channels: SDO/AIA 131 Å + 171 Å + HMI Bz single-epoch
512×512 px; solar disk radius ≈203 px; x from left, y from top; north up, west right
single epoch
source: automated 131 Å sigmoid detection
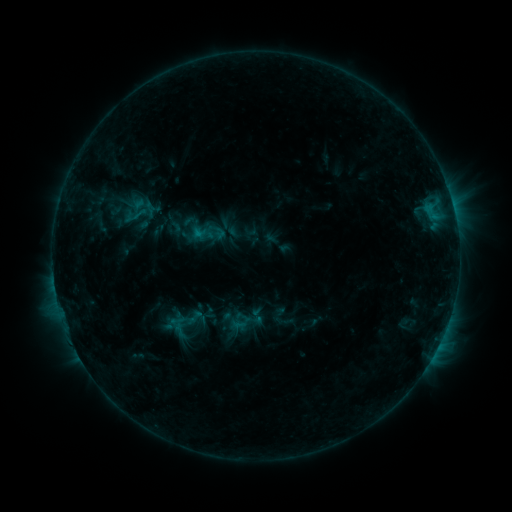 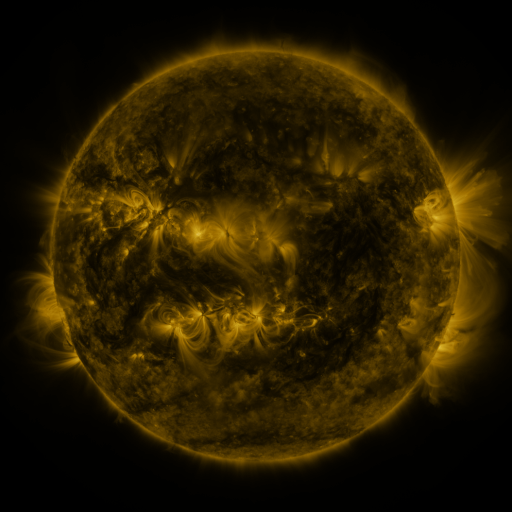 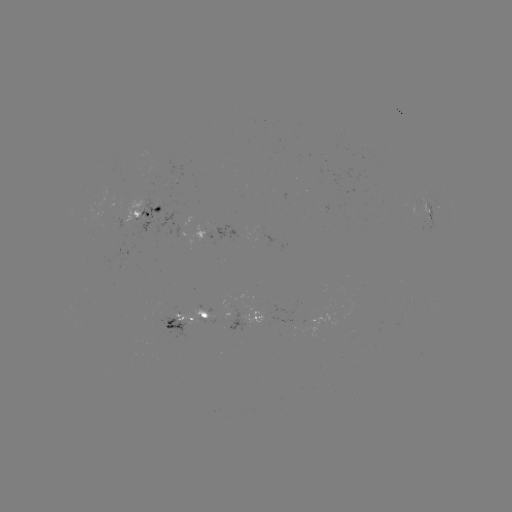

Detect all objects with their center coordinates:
sigmoid: (190, 221)
sigmoid: (197, 318)
